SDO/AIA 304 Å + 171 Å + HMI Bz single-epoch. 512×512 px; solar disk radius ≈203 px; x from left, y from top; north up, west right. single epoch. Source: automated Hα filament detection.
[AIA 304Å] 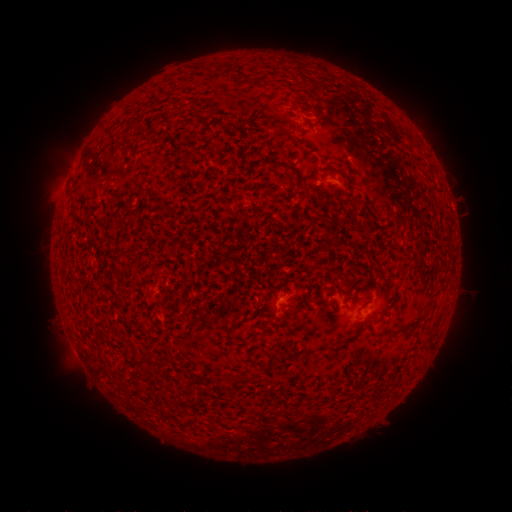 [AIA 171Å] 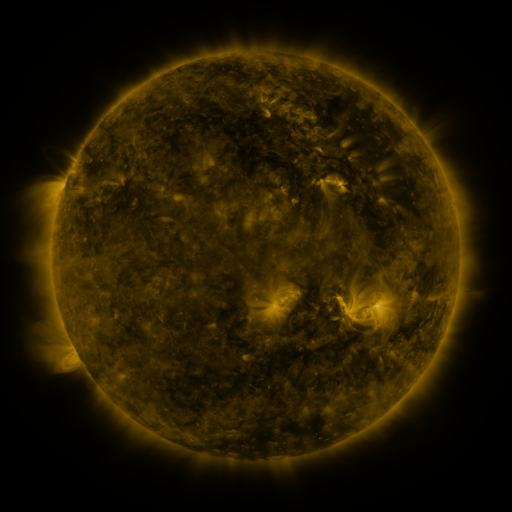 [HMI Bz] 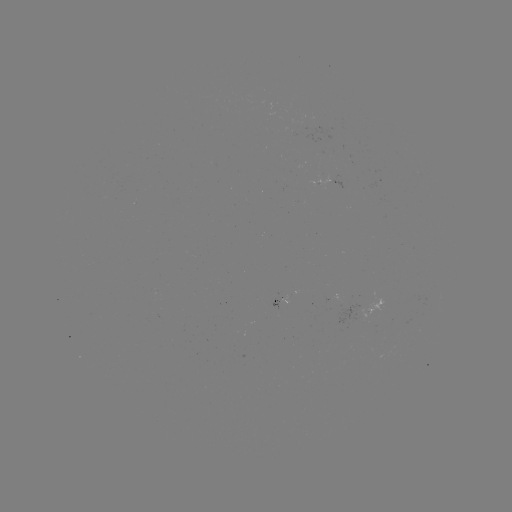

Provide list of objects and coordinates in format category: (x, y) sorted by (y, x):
filament: (315, 82)
filament: (198, 113)
filament: (231, 326)
filament: (396, 335)
